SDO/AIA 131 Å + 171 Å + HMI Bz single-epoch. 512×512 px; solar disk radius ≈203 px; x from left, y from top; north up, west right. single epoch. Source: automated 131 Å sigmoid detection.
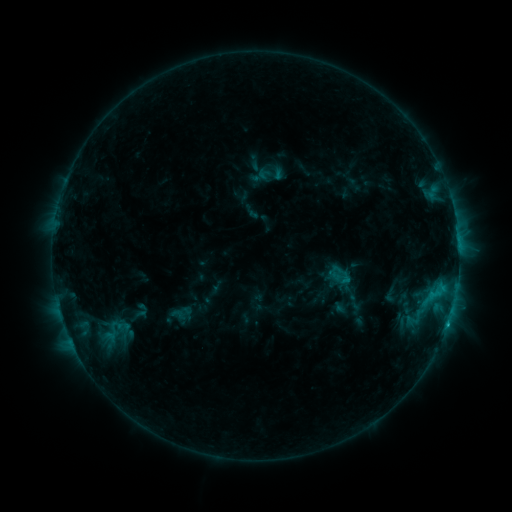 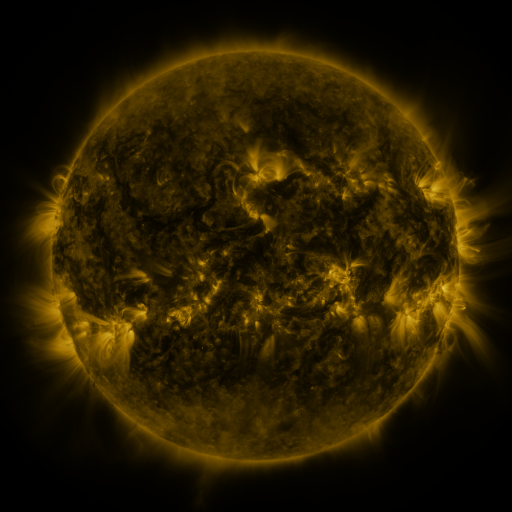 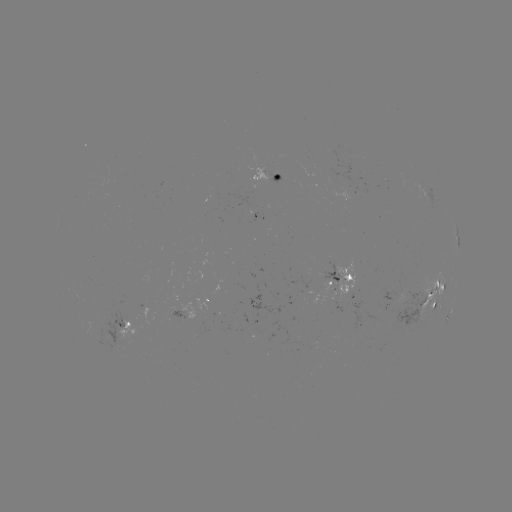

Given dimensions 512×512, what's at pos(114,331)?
sigmoid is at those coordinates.